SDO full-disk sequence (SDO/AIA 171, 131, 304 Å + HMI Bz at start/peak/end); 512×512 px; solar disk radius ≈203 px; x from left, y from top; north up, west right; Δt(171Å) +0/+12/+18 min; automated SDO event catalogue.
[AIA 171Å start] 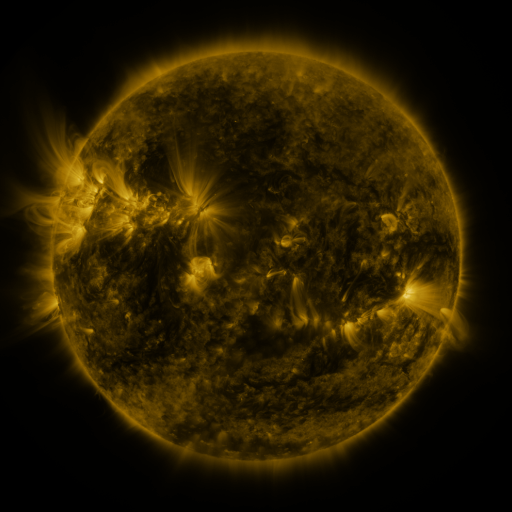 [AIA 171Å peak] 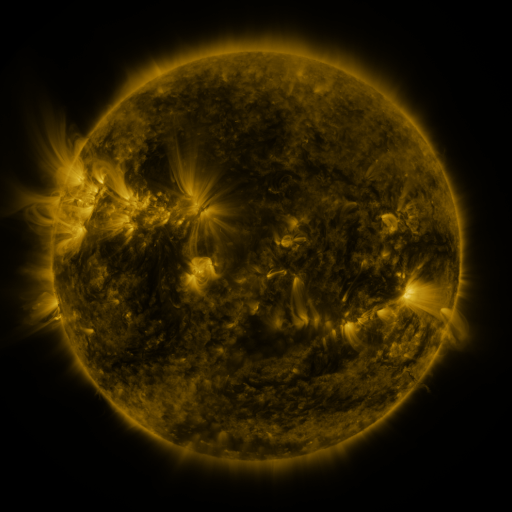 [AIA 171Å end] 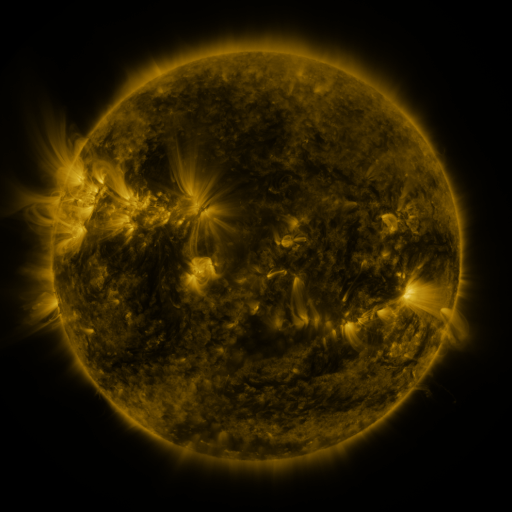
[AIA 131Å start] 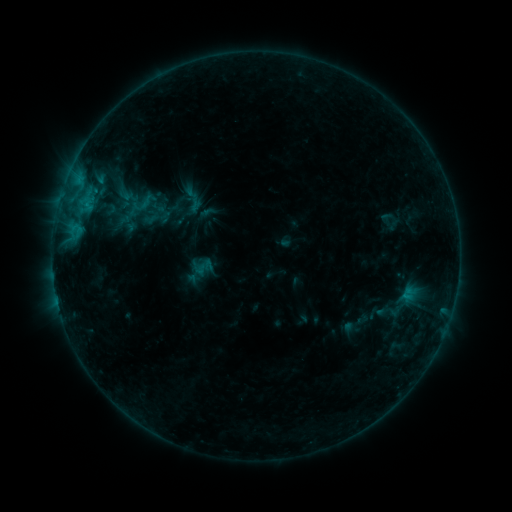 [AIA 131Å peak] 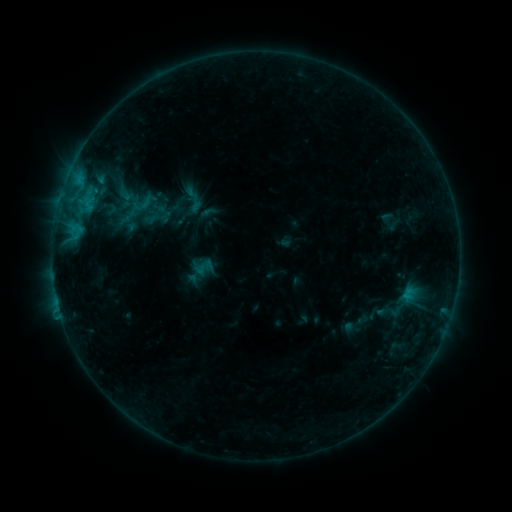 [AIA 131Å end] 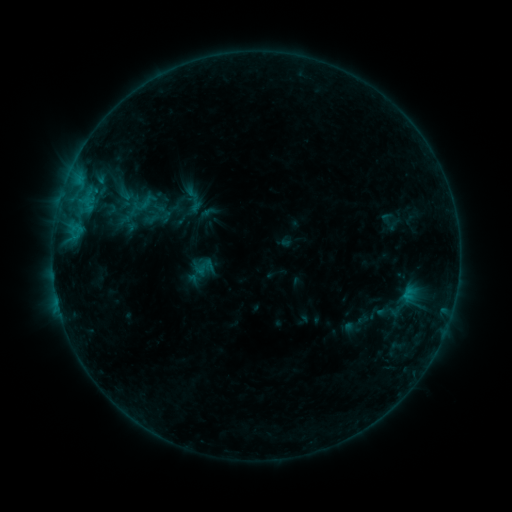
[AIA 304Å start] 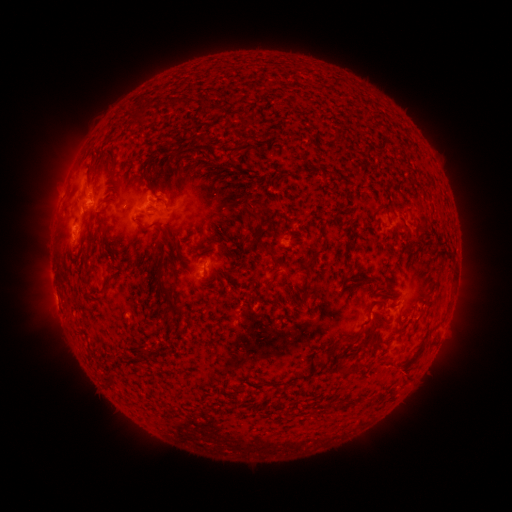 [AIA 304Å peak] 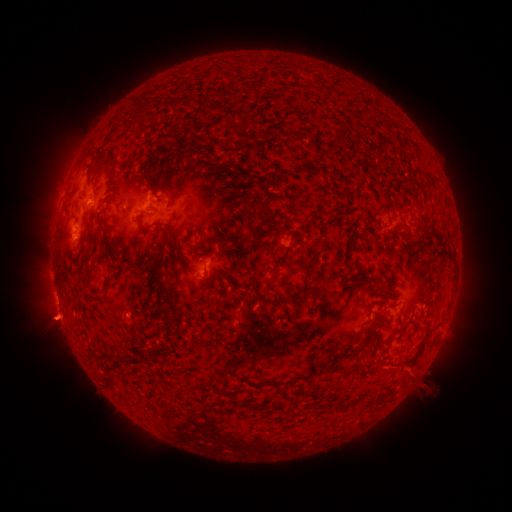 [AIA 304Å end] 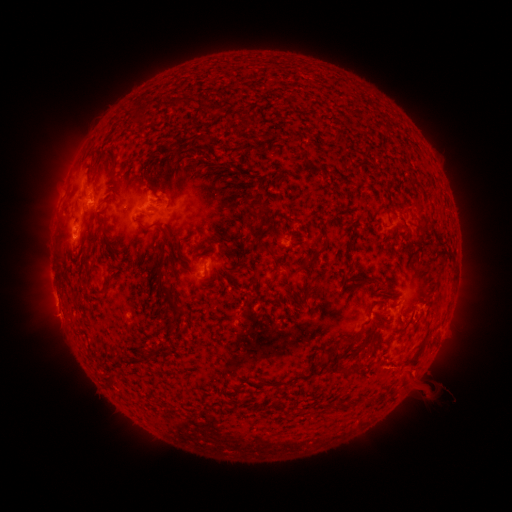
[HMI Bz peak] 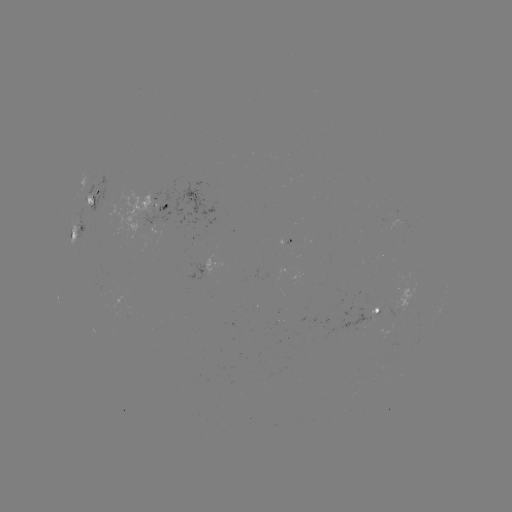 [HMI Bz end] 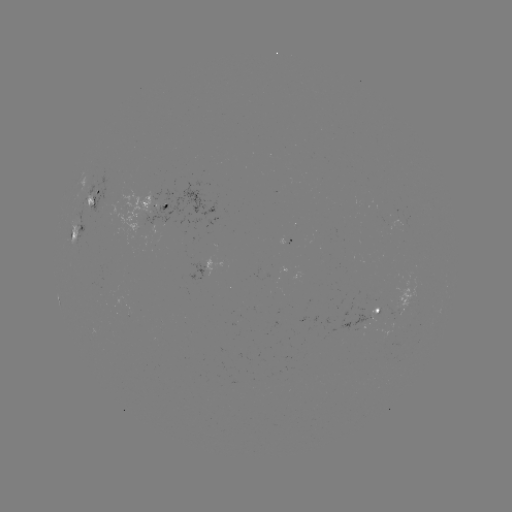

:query eruption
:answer (417, 372)